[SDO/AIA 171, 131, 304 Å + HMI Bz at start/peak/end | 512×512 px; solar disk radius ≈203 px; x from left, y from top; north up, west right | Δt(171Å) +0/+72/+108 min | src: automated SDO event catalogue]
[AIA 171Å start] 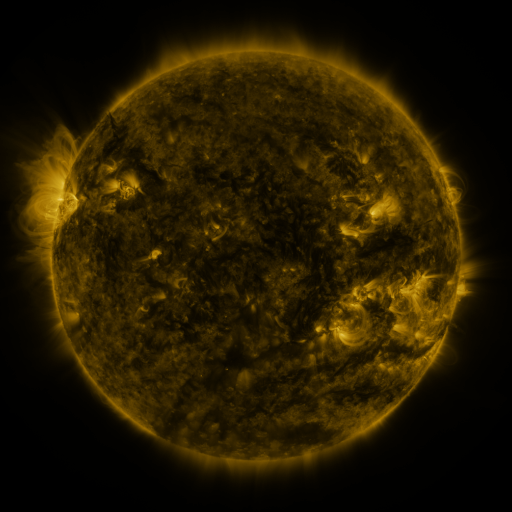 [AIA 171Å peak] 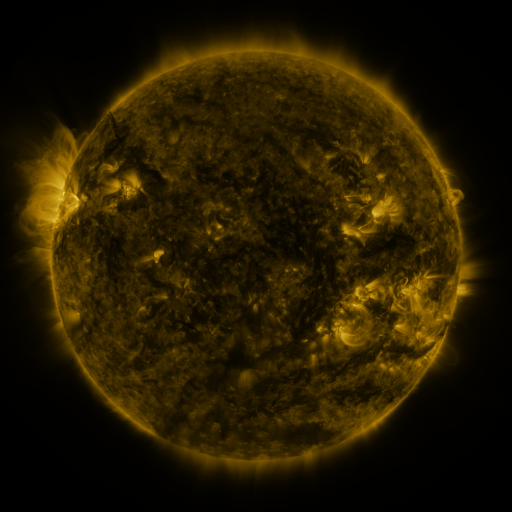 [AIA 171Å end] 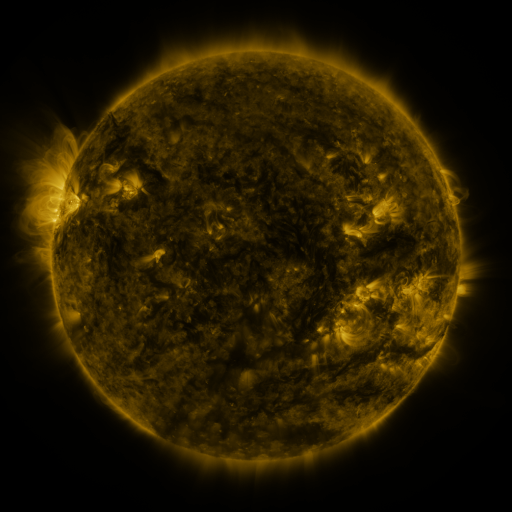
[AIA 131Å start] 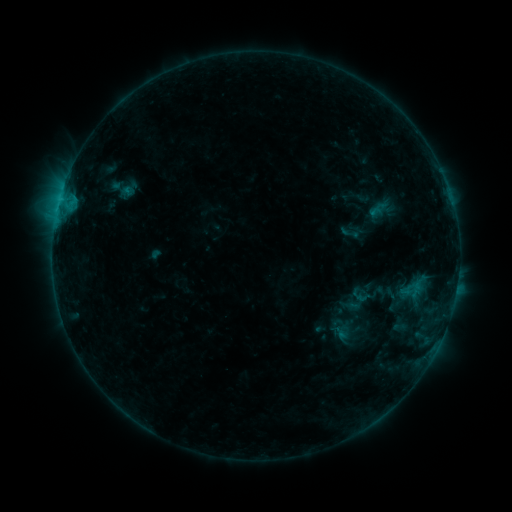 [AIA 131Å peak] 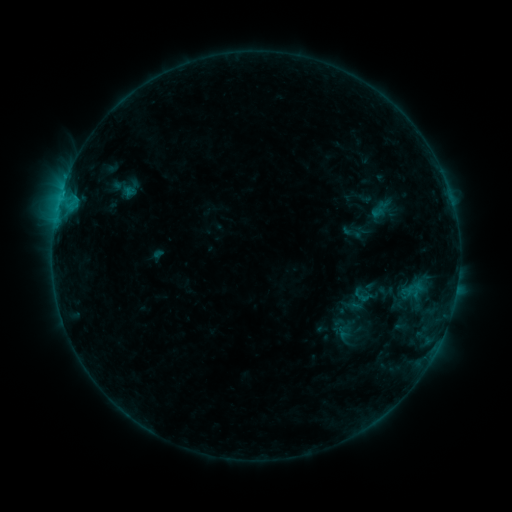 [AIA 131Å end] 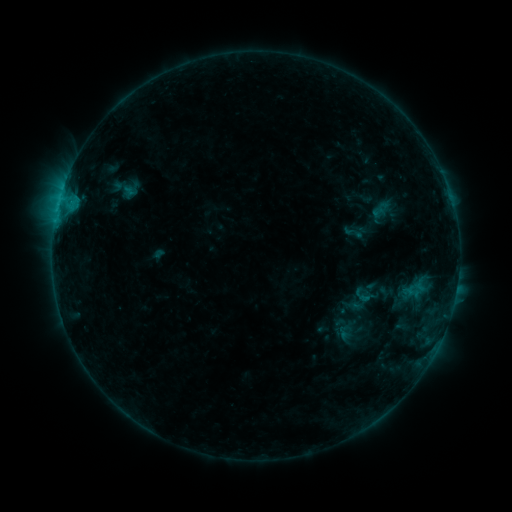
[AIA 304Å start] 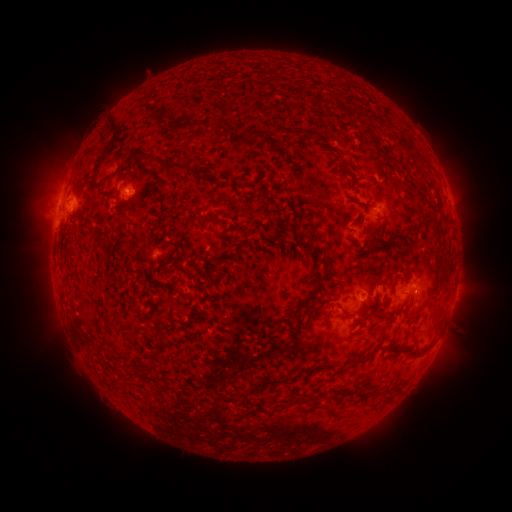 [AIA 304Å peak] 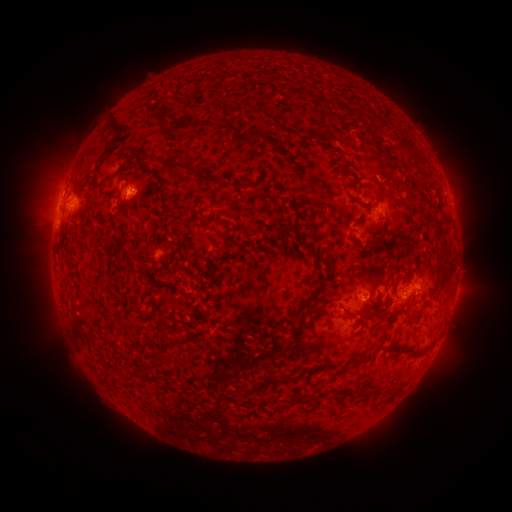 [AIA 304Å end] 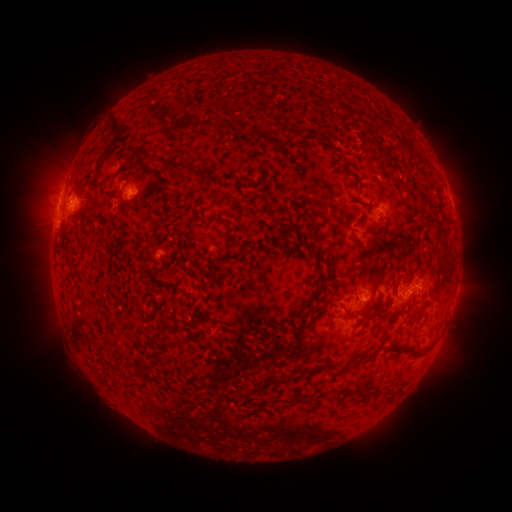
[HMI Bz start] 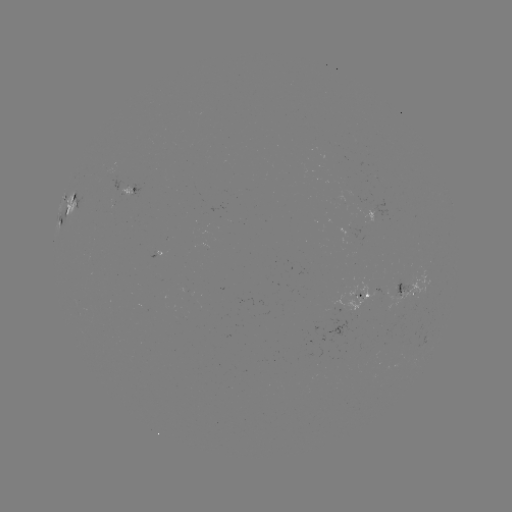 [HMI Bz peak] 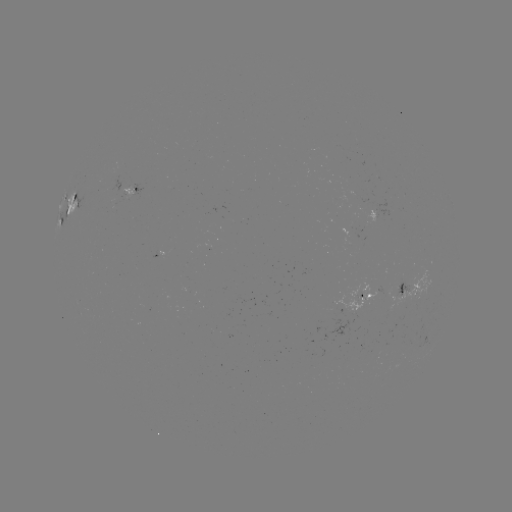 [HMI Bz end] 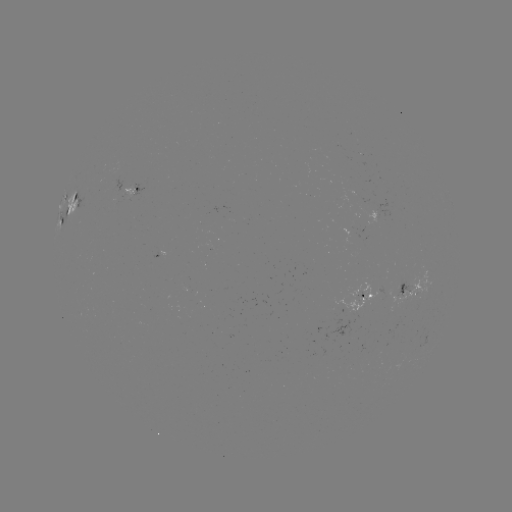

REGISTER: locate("emerging-flux region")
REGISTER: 117,174